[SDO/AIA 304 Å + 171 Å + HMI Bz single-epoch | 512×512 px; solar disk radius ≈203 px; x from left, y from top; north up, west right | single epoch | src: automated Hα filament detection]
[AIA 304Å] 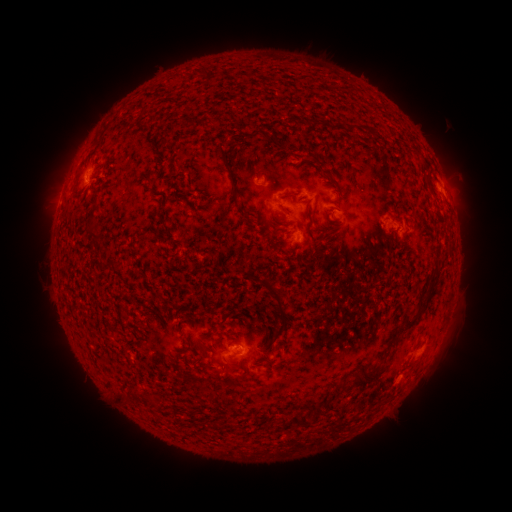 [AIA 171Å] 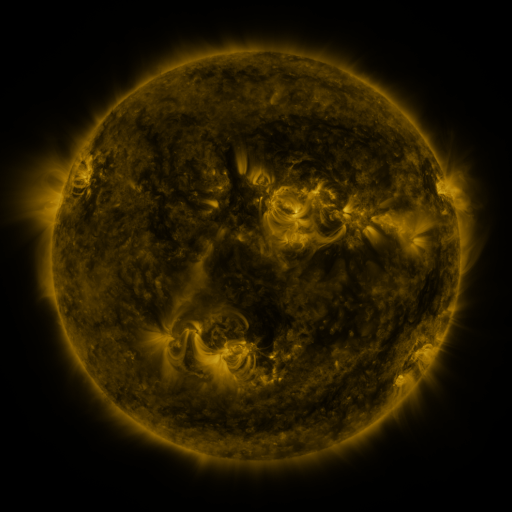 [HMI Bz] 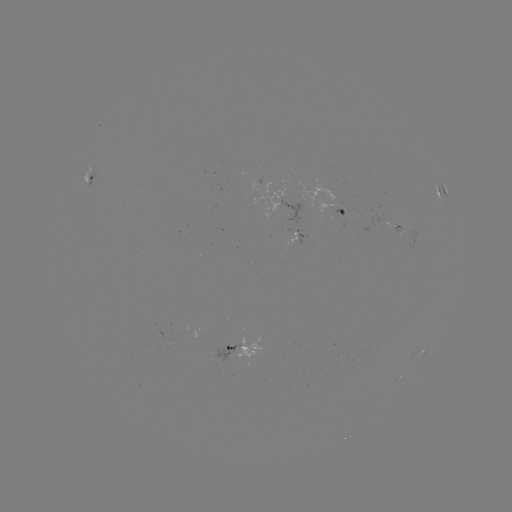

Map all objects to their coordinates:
filament: [371, 128, 378, 139]
filament: [218, 146, 230, 169]
filament: [231, 186, 243, 206]
filament: [281, 193, 295, 200]
filament: [241, 212, 250, 221]
filament: [88, 227, 102, 239]
filament: [247, 272, 257, 281]
filament: [421, 275, 438, 297]
filament: [261, 279, 288, 340]
filament: [385, 316, 418, 350]
filament: [220, 355, 231, 365]
filament: [239, 365, 246, 375]
filament: [351, 369, 382, 390]
filament: [312, 406, 321, 415]
filament: [289, 414, 308, 427]
